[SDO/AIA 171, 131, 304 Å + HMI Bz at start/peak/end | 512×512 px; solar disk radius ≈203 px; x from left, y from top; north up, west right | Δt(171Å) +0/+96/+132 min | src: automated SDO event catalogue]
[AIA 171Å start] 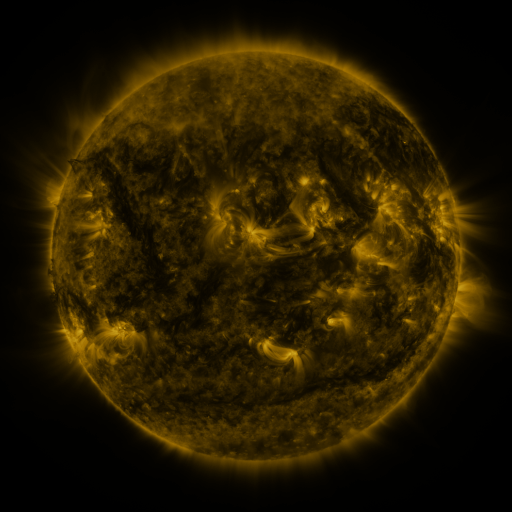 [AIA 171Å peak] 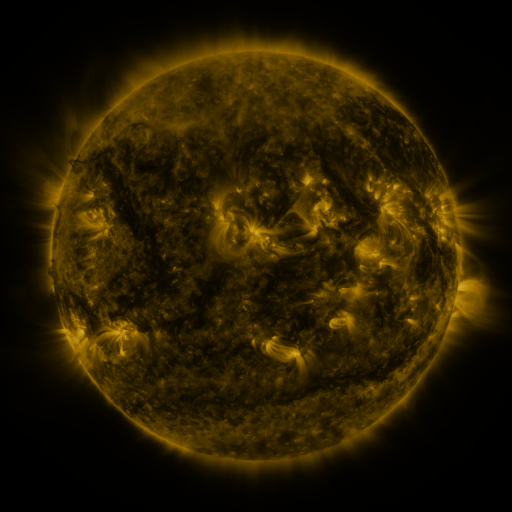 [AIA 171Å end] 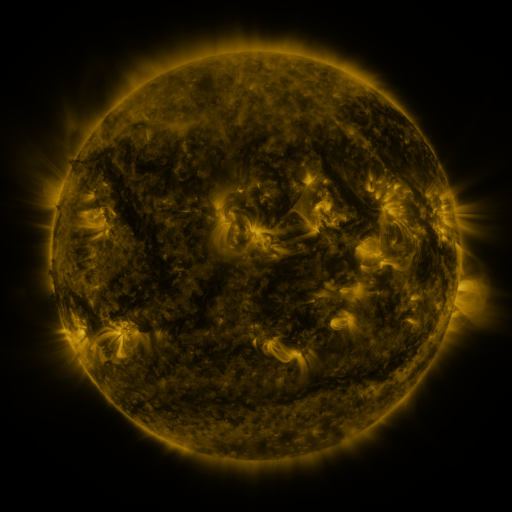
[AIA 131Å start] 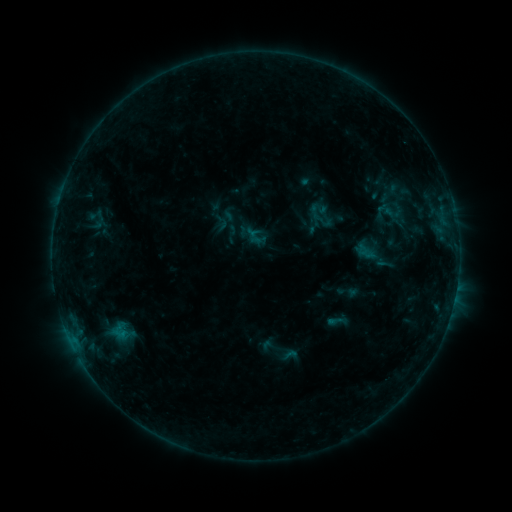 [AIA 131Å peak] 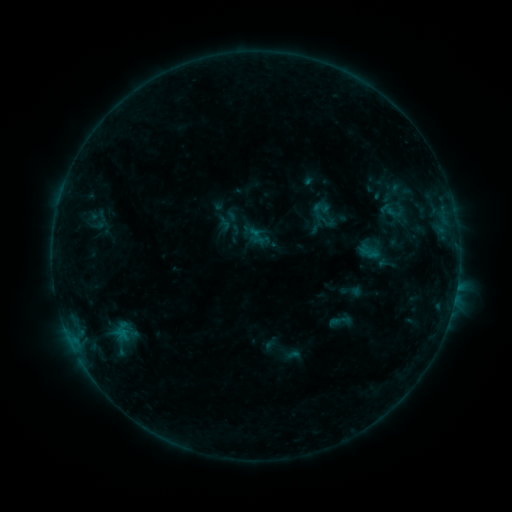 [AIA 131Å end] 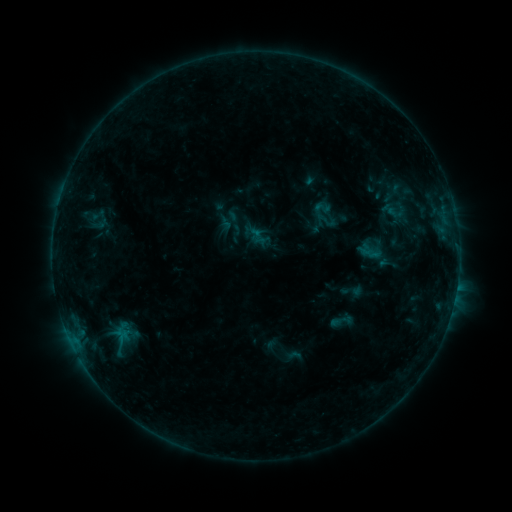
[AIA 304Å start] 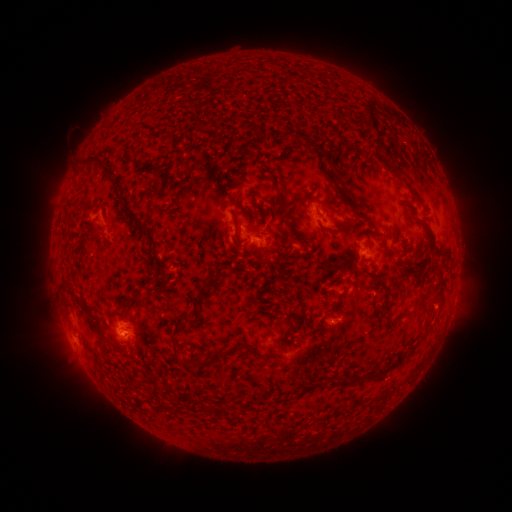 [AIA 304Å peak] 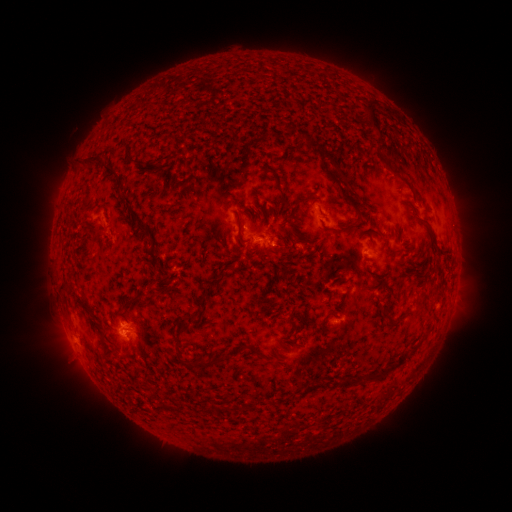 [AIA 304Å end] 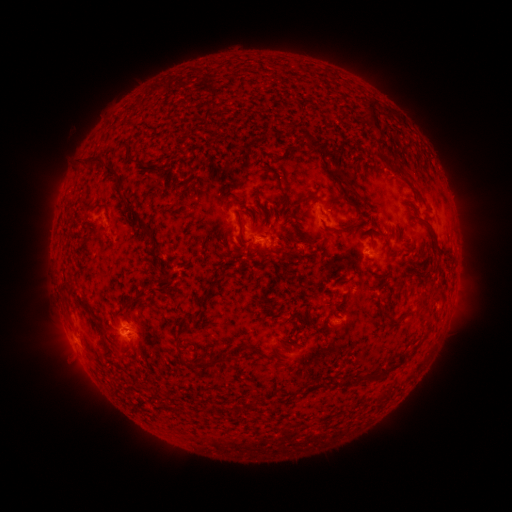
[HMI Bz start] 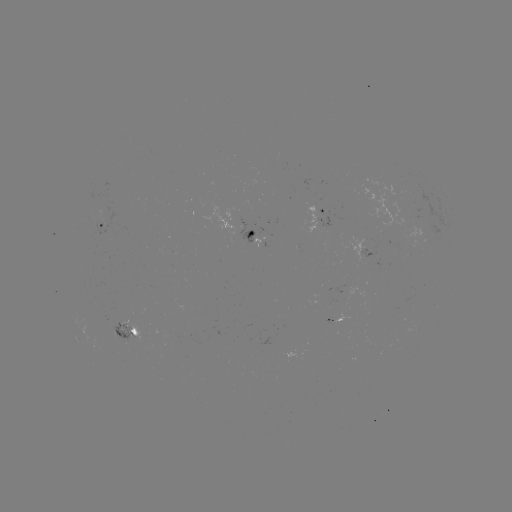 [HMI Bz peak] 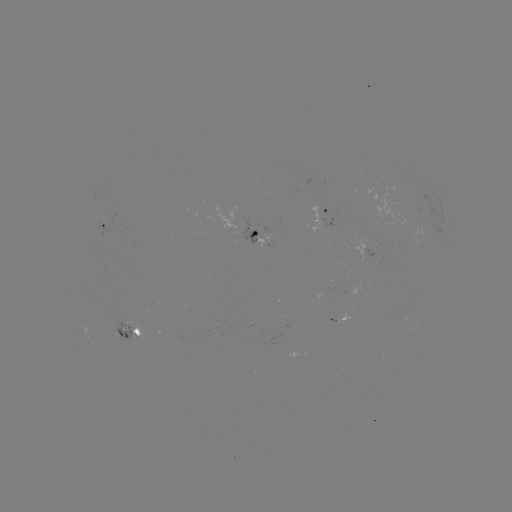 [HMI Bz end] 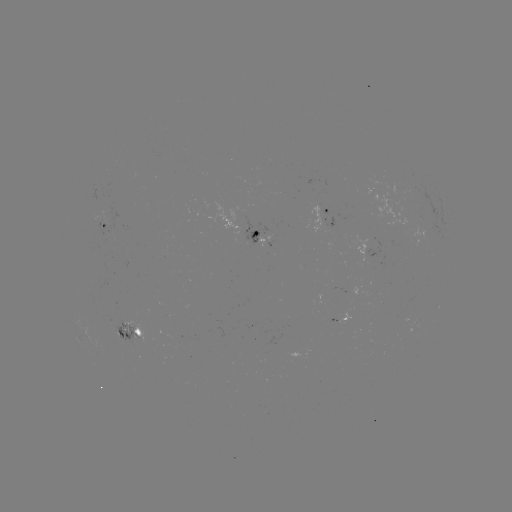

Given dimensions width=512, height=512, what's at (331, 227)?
emerging-flux region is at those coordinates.